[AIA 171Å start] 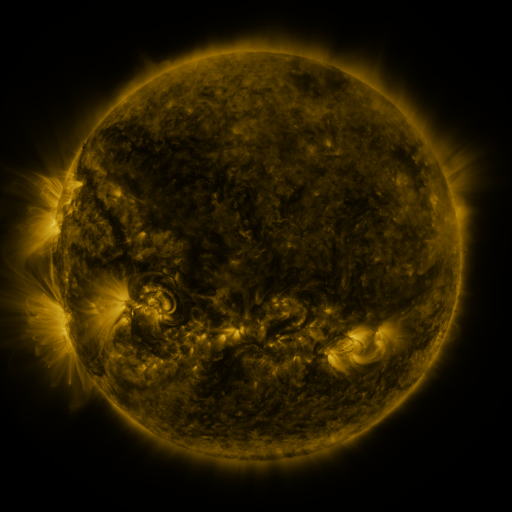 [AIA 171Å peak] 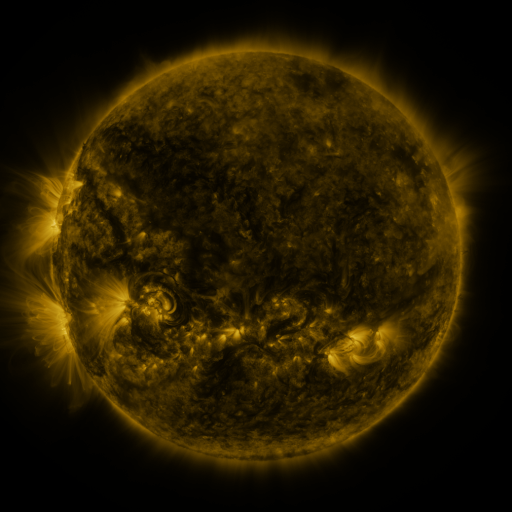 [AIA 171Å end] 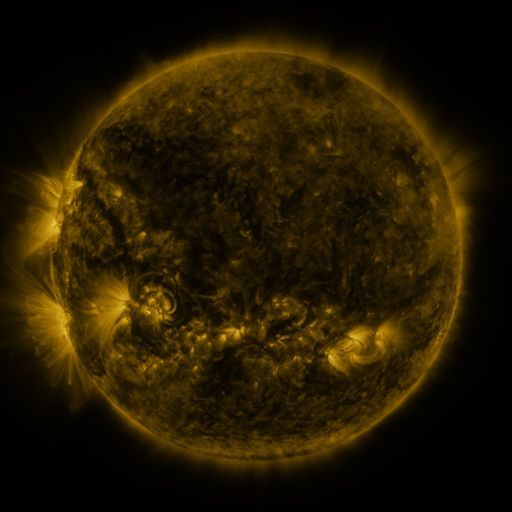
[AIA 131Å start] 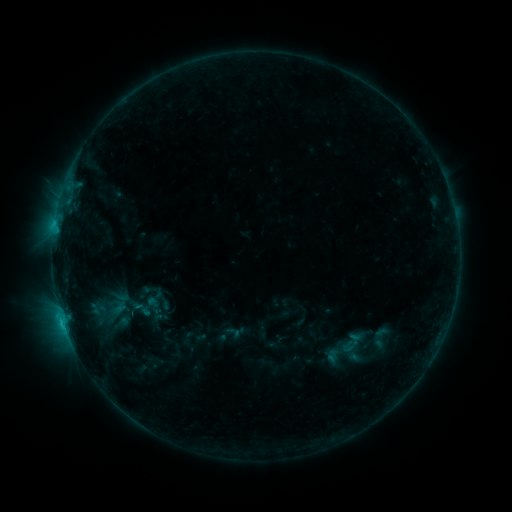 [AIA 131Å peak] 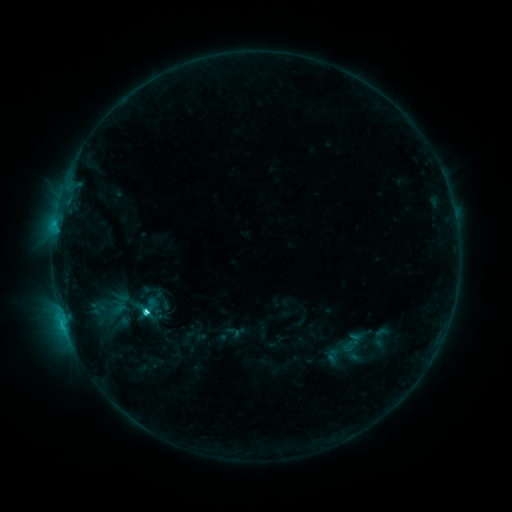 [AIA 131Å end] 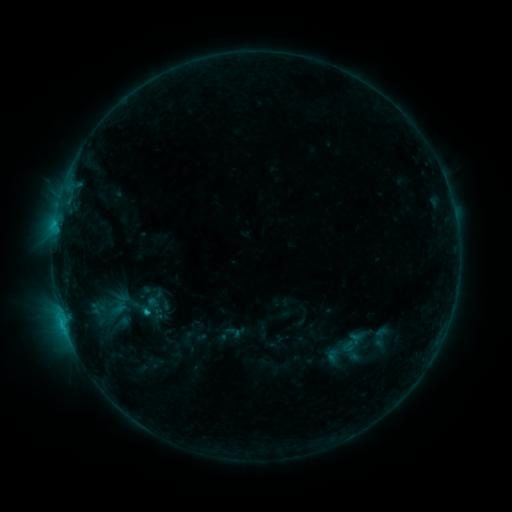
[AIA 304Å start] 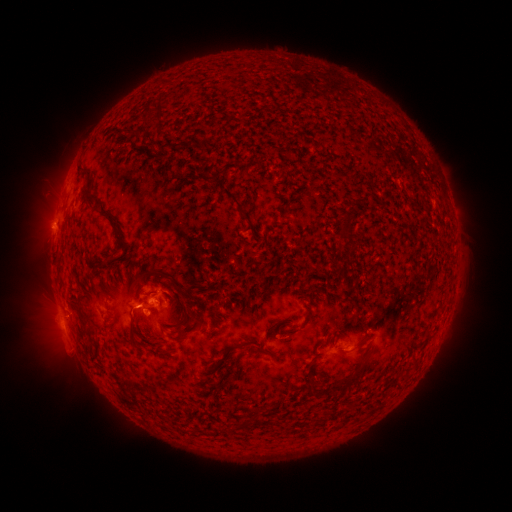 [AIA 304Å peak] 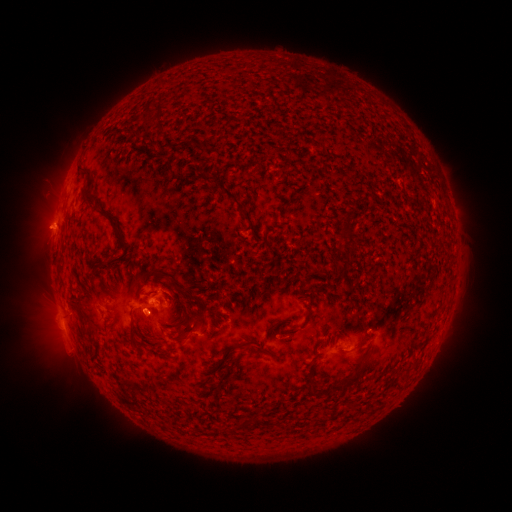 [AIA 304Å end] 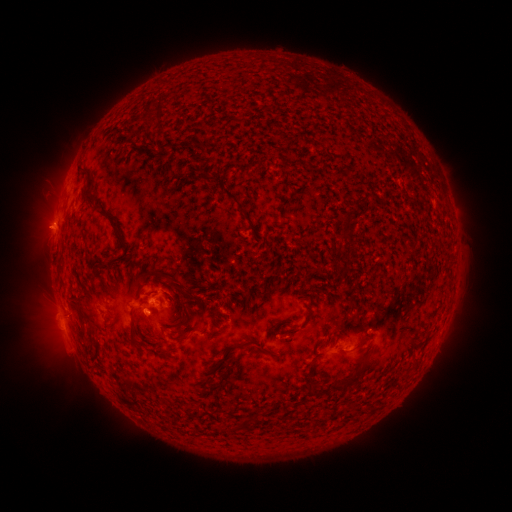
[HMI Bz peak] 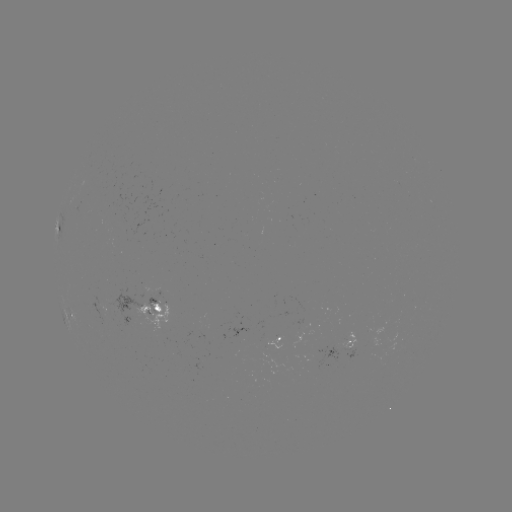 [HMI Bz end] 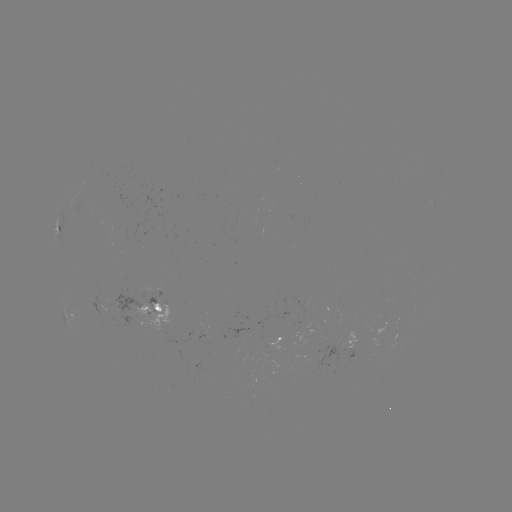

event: flare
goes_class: C2.5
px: (146, 308)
